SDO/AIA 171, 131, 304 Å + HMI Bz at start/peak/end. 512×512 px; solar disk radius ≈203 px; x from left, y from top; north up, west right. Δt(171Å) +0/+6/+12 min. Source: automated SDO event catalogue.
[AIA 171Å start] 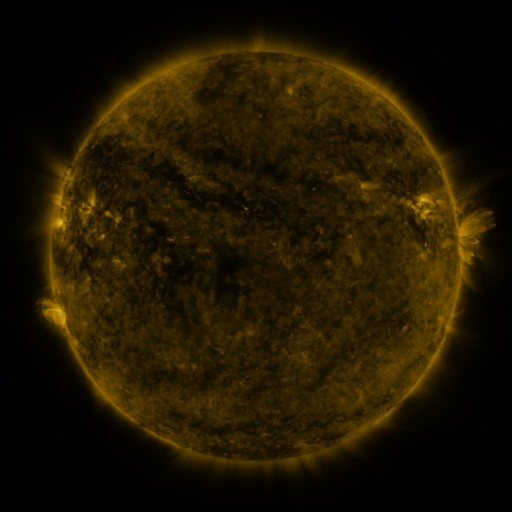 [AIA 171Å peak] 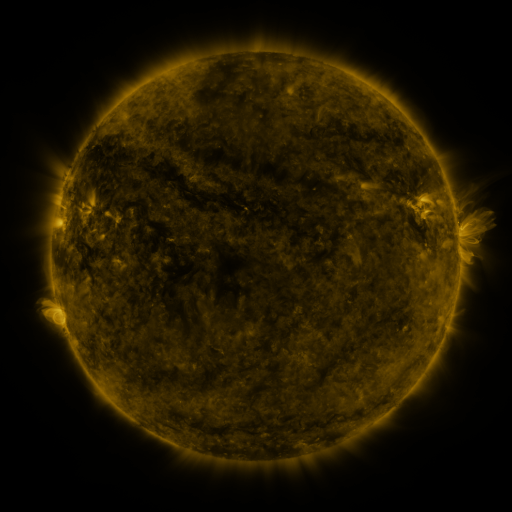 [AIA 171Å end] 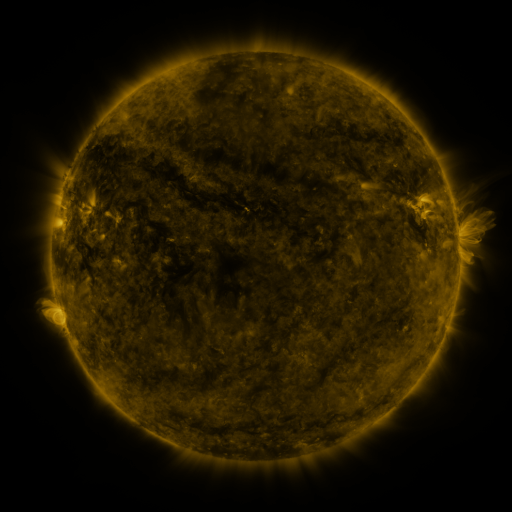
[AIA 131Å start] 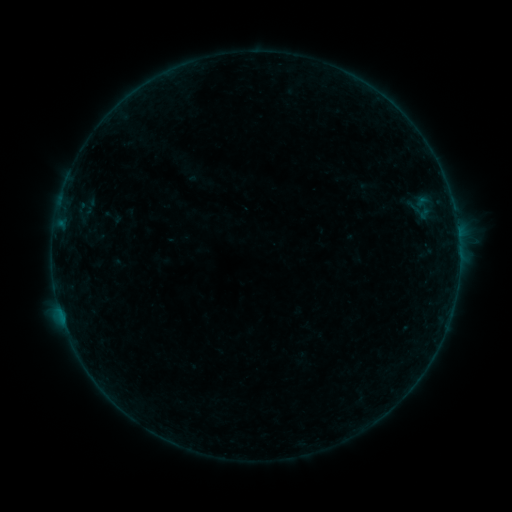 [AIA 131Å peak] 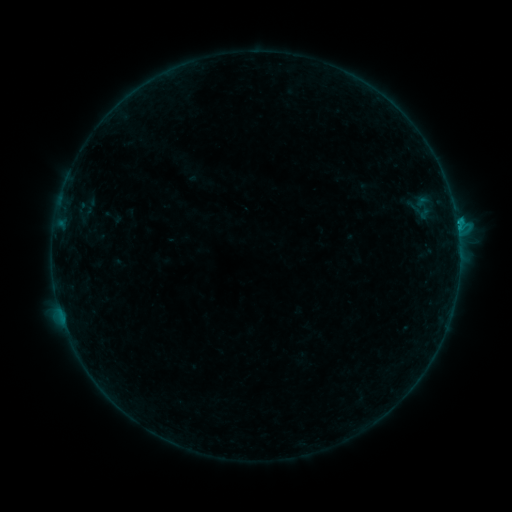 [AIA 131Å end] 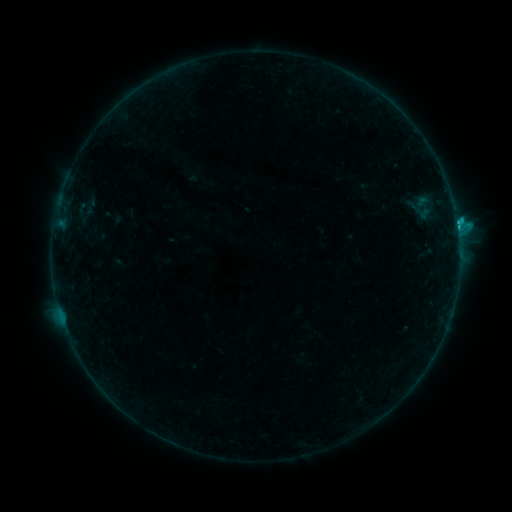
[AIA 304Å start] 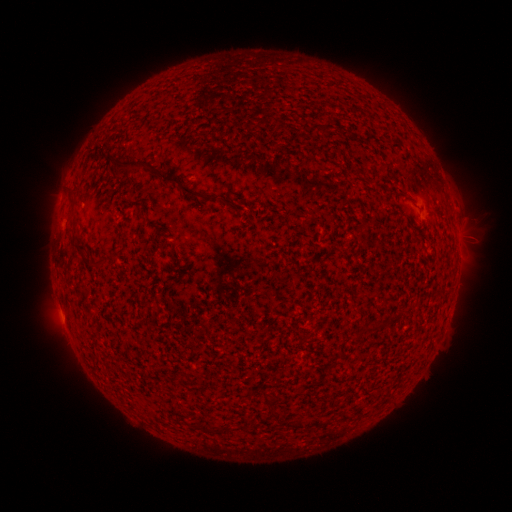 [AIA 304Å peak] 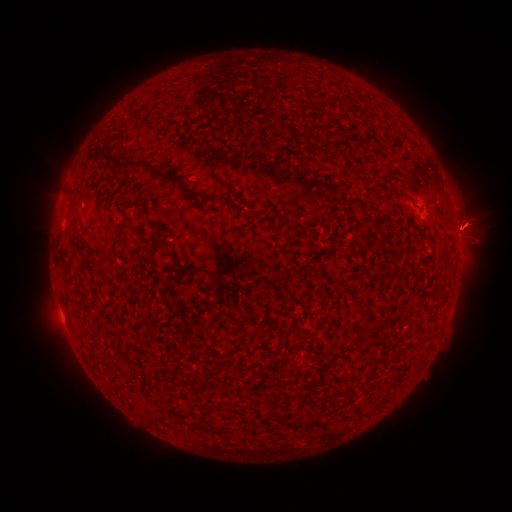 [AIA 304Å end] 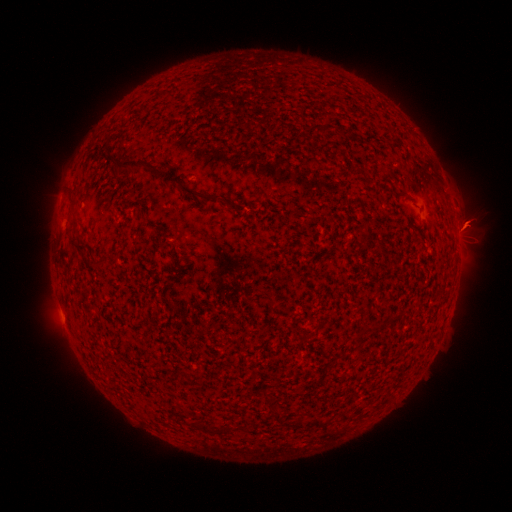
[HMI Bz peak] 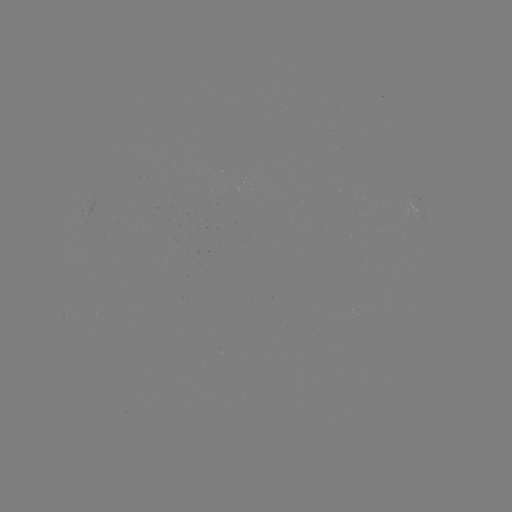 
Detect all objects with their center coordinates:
eruption: (463, 230)
